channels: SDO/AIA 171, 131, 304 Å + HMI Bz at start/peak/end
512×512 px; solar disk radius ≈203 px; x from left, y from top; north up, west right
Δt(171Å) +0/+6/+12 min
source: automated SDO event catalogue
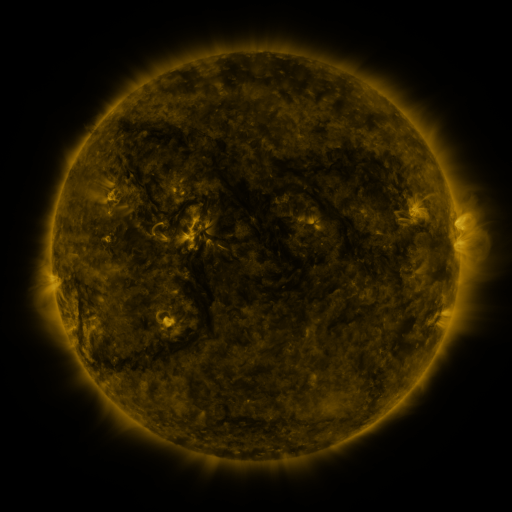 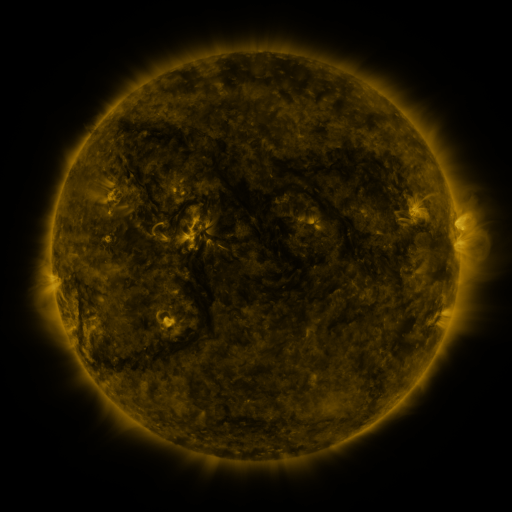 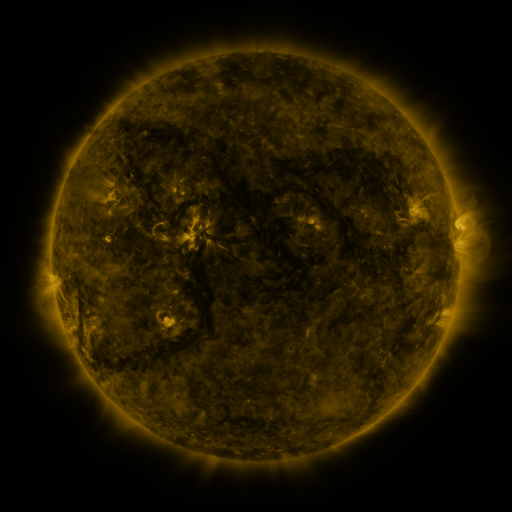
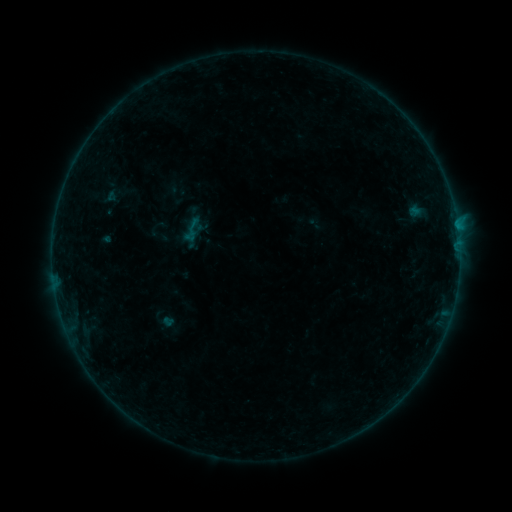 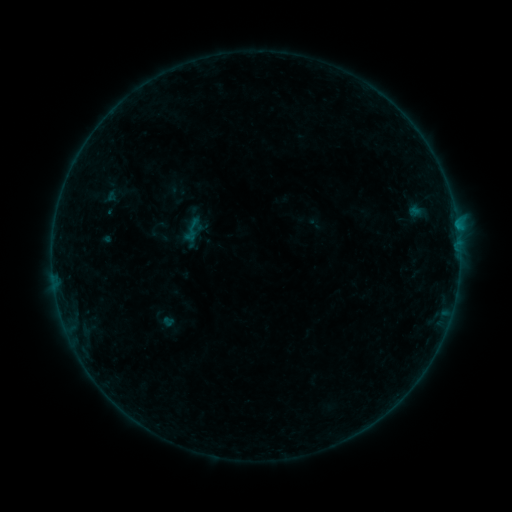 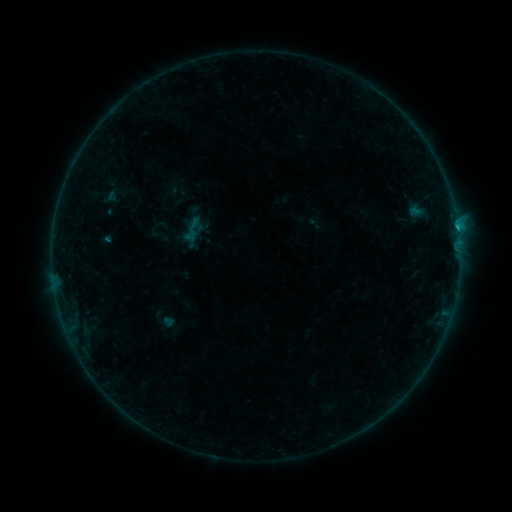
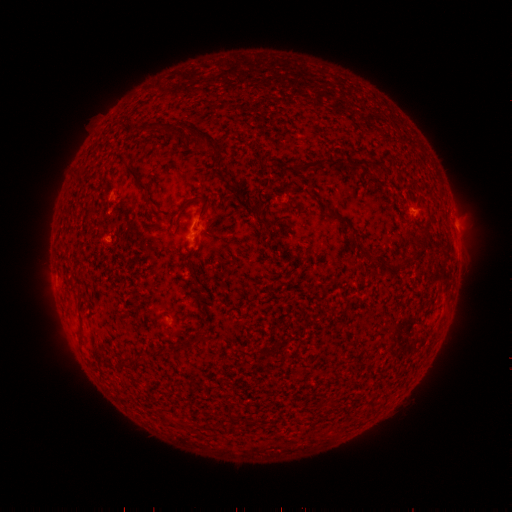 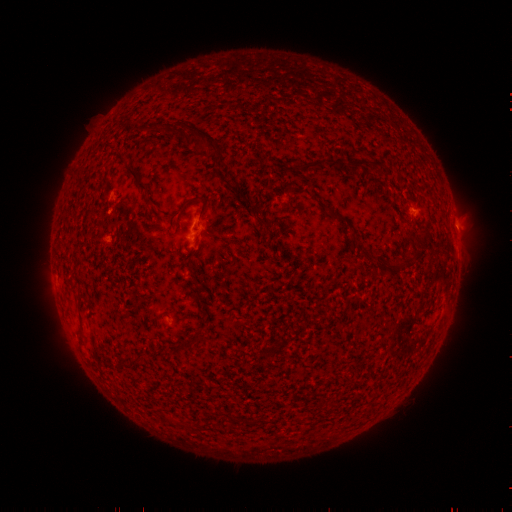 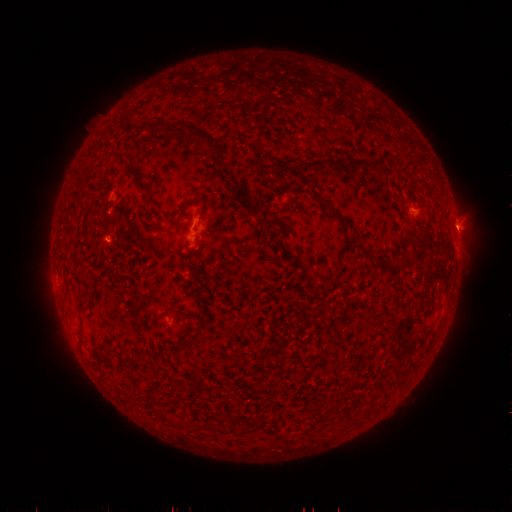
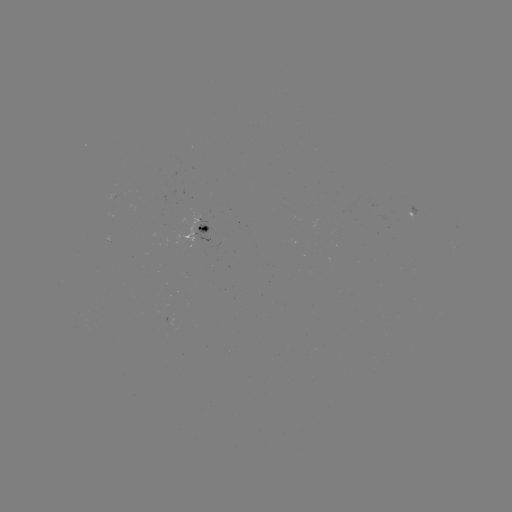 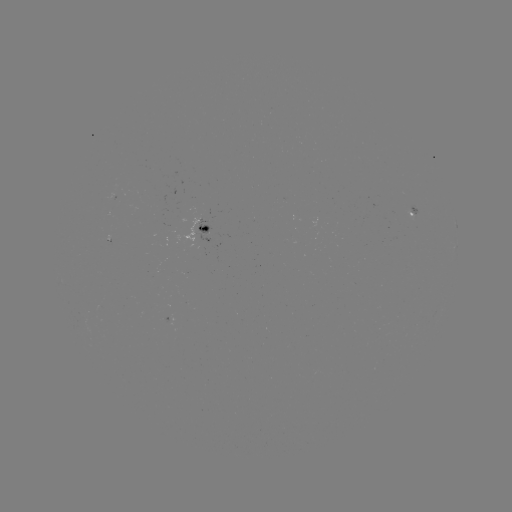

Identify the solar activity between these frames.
B4.7 flare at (457, 227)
